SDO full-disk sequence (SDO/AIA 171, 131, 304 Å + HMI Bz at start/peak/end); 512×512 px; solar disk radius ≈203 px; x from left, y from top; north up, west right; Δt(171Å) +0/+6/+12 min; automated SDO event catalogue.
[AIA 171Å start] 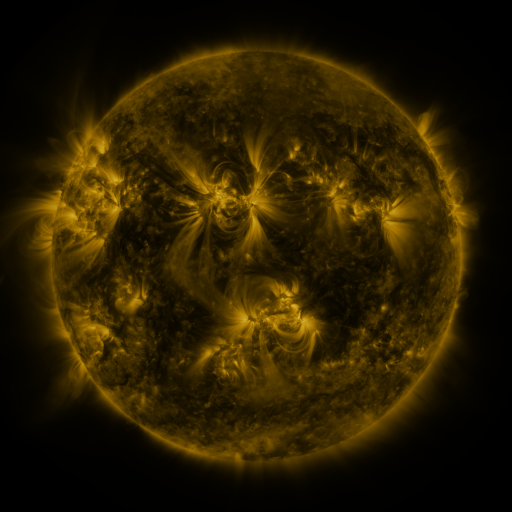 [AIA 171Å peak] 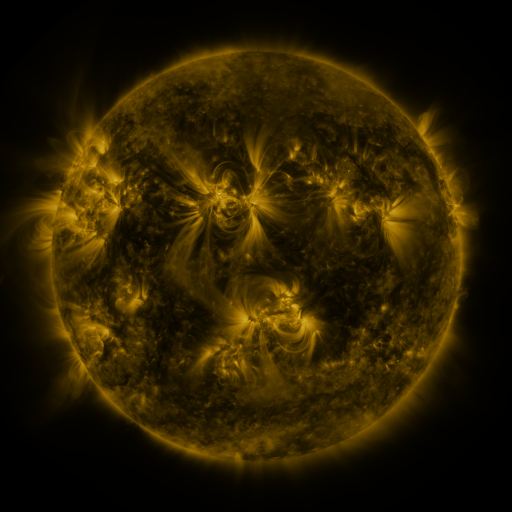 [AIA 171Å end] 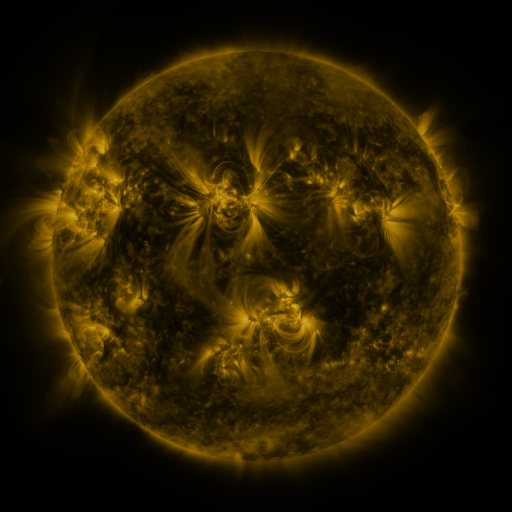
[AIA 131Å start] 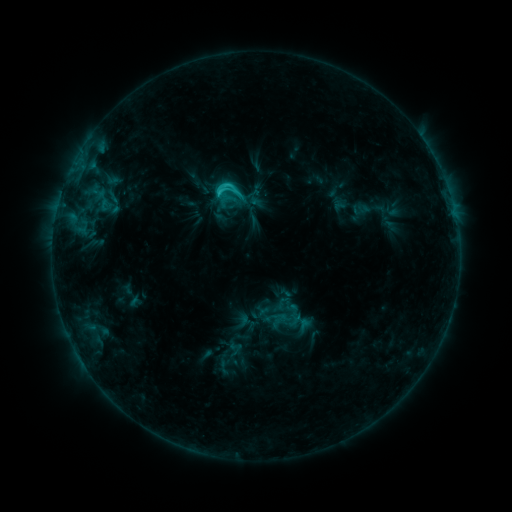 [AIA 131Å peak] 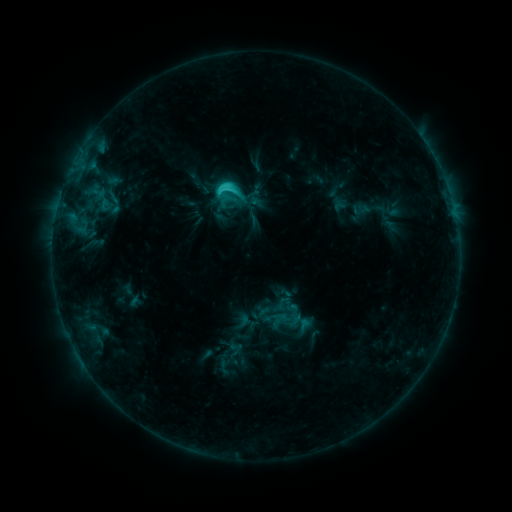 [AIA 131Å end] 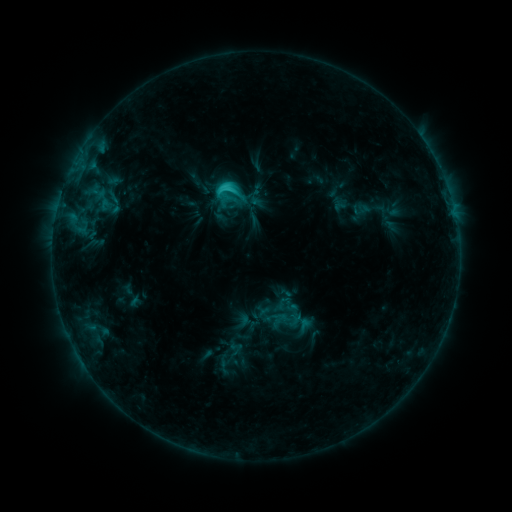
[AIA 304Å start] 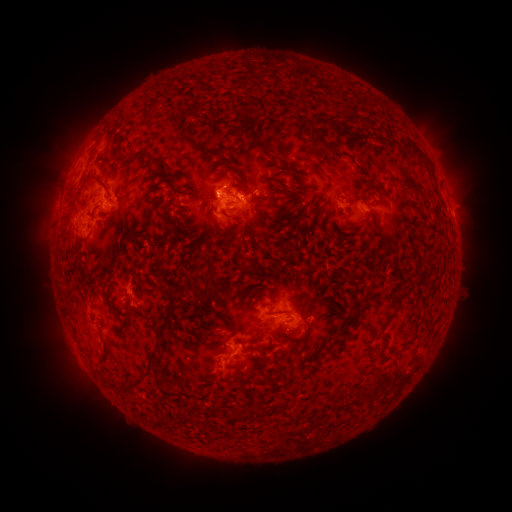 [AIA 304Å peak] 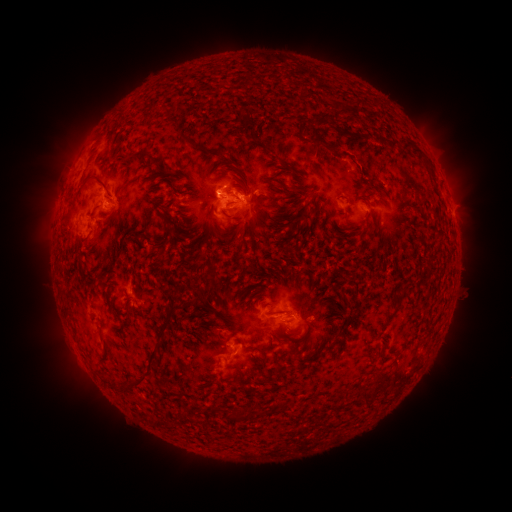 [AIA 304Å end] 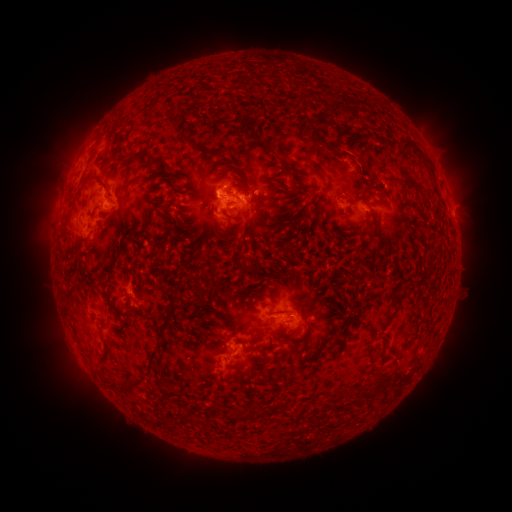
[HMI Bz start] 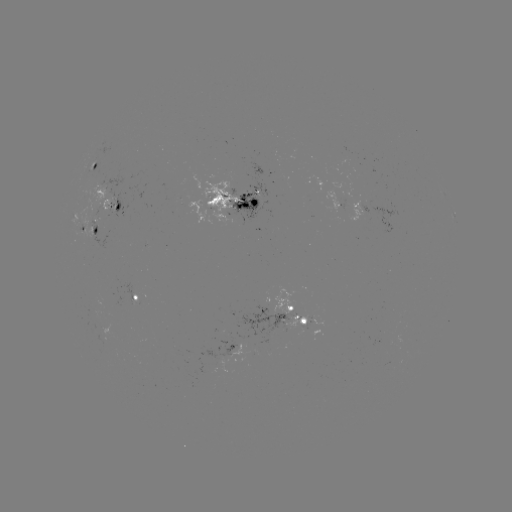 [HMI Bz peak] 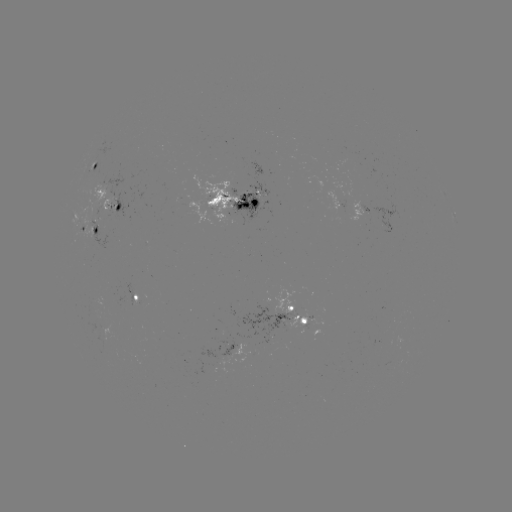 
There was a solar eruption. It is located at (343, 116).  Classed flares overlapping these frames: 1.